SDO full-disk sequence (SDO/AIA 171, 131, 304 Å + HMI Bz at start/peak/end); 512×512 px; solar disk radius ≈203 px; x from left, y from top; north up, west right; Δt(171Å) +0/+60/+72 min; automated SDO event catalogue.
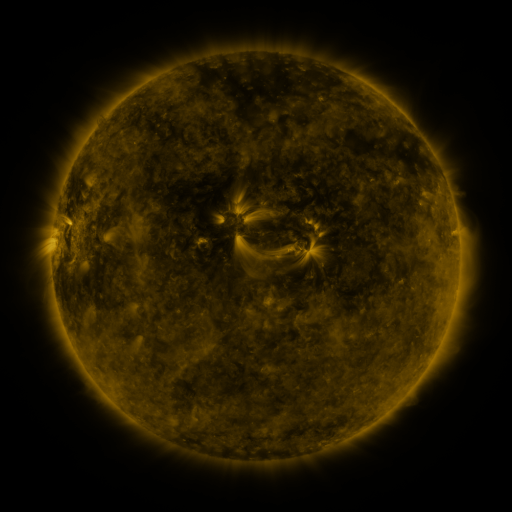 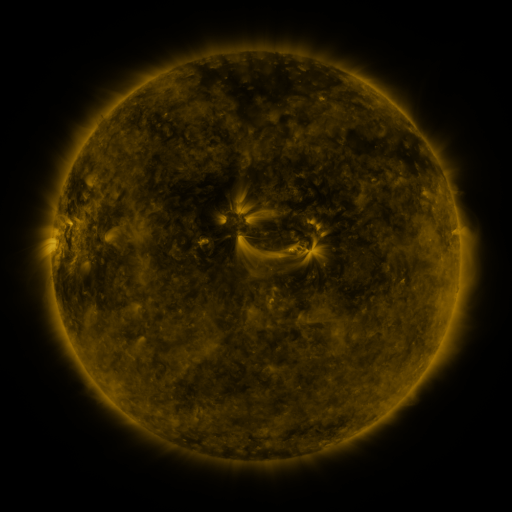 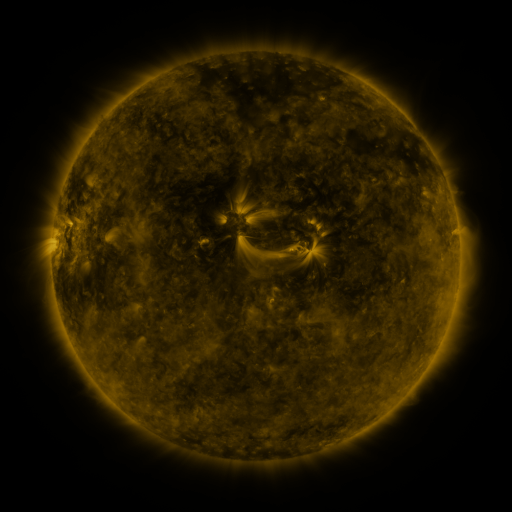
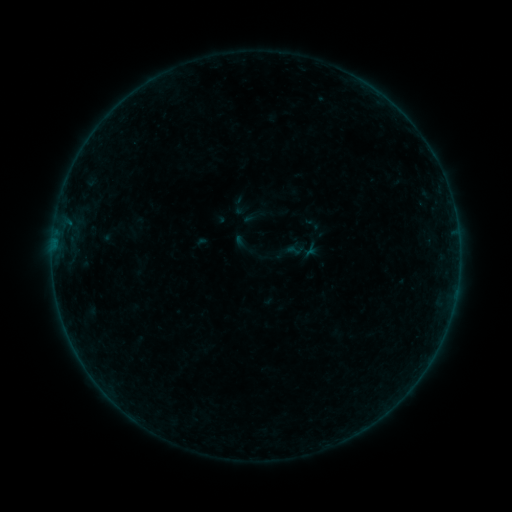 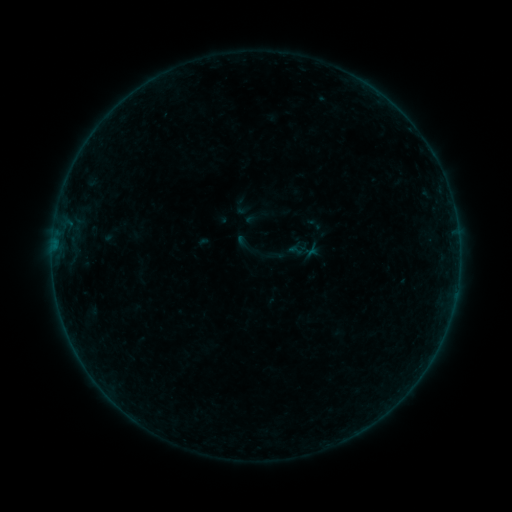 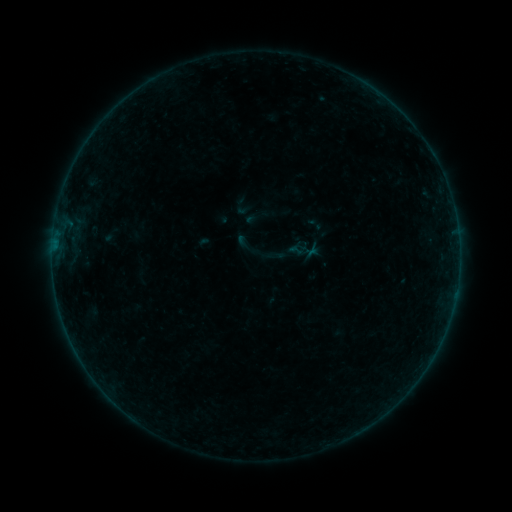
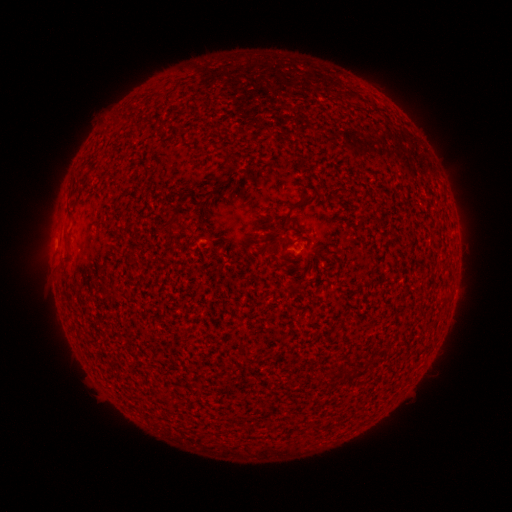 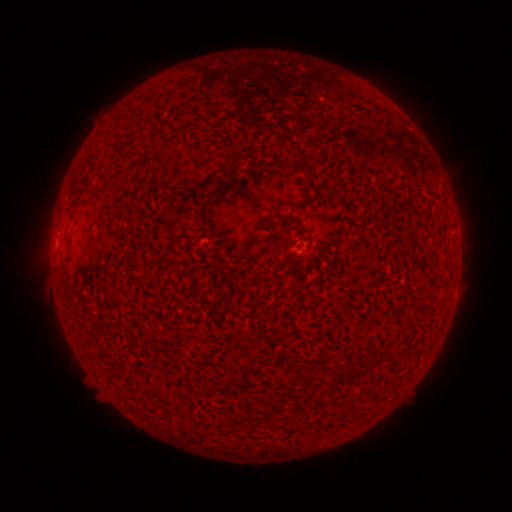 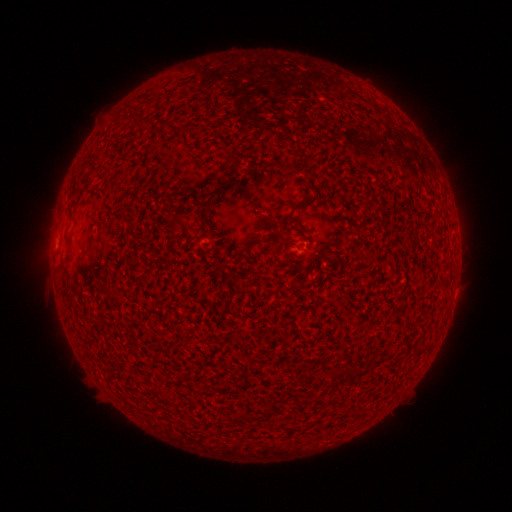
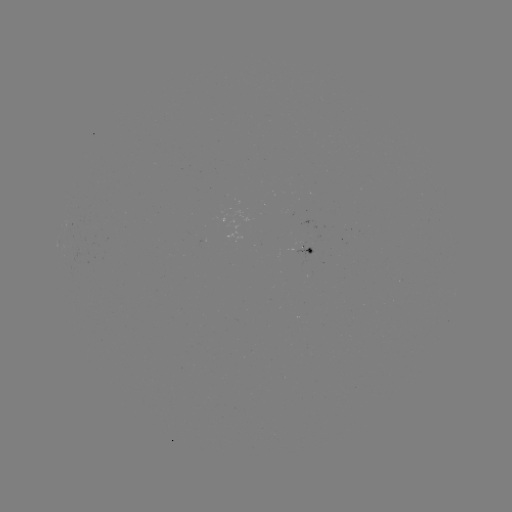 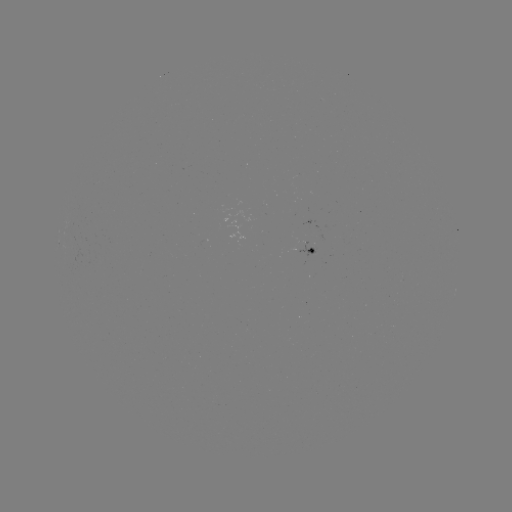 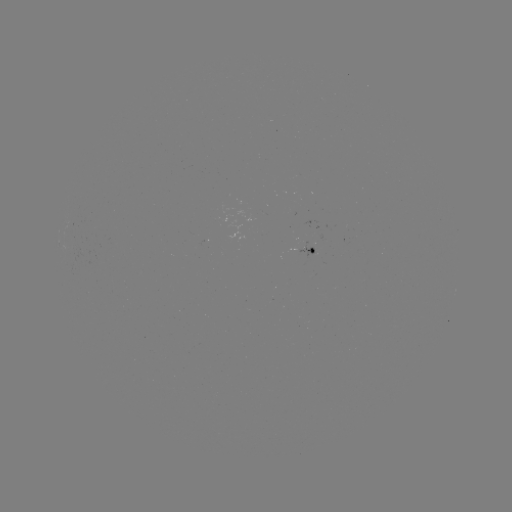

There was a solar emerging-flux region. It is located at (306, 249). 